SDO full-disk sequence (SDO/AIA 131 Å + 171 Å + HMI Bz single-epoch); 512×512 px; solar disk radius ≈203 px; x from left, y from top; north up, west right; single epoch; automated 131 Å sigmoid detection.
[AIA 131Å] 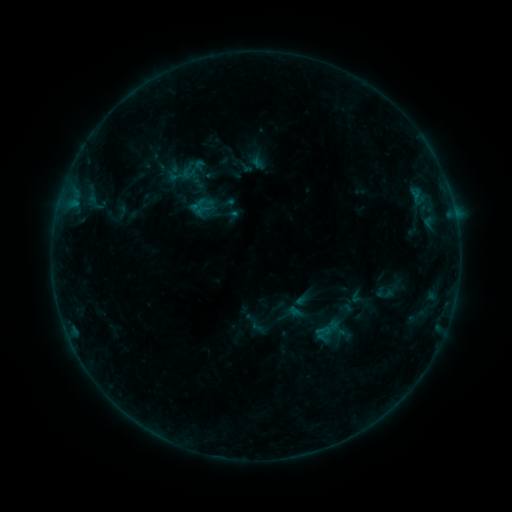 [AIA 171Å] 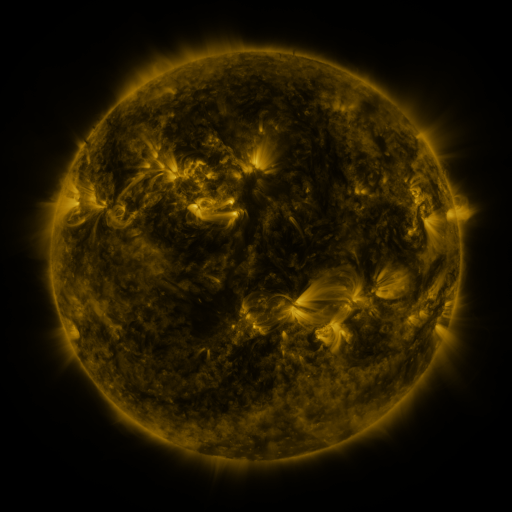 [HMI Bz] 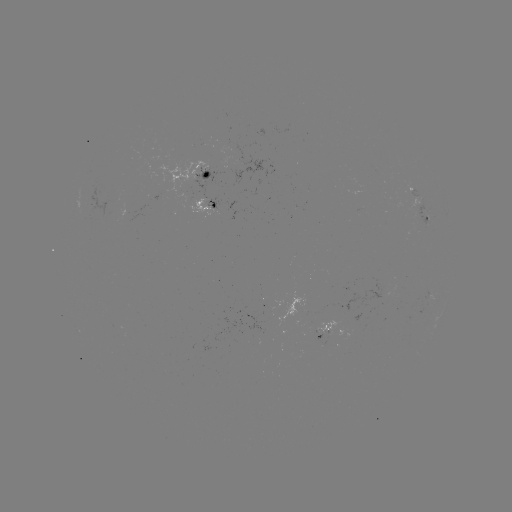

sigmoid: (316, 324, 333, 342)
